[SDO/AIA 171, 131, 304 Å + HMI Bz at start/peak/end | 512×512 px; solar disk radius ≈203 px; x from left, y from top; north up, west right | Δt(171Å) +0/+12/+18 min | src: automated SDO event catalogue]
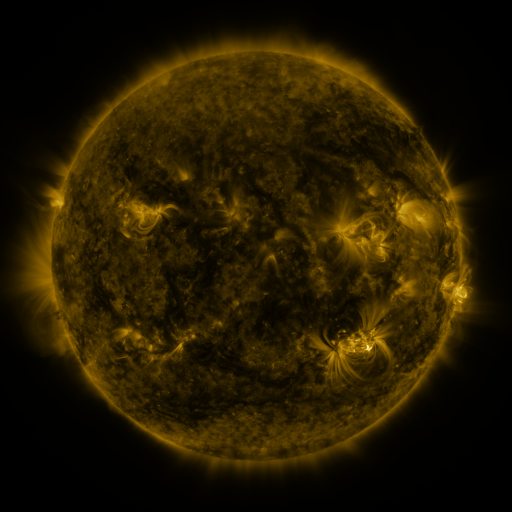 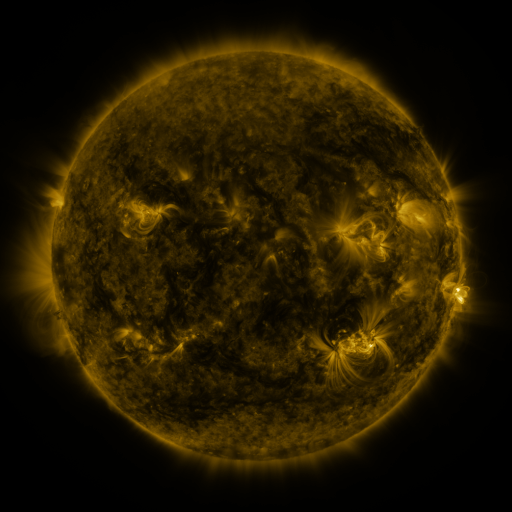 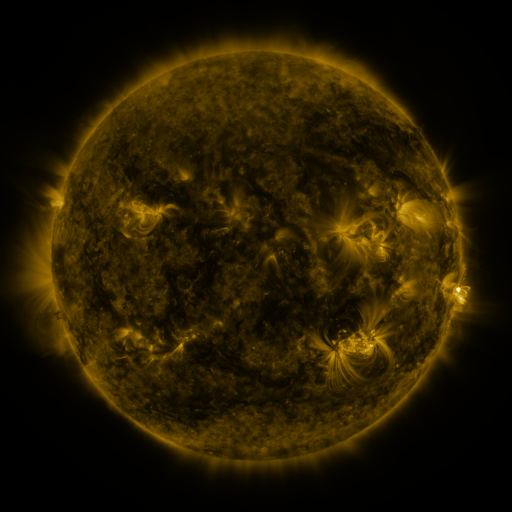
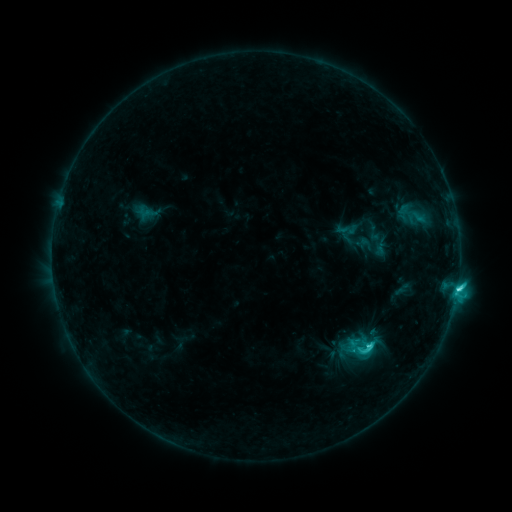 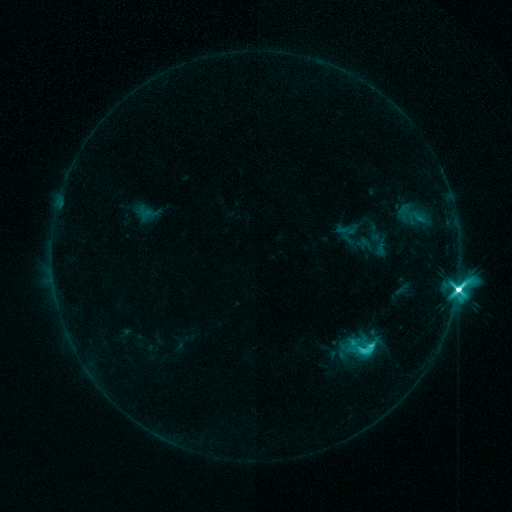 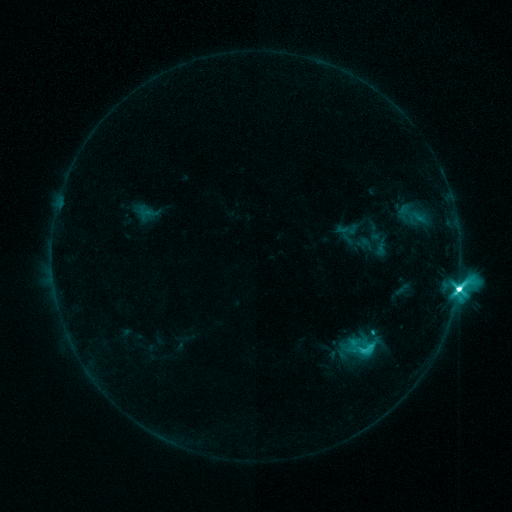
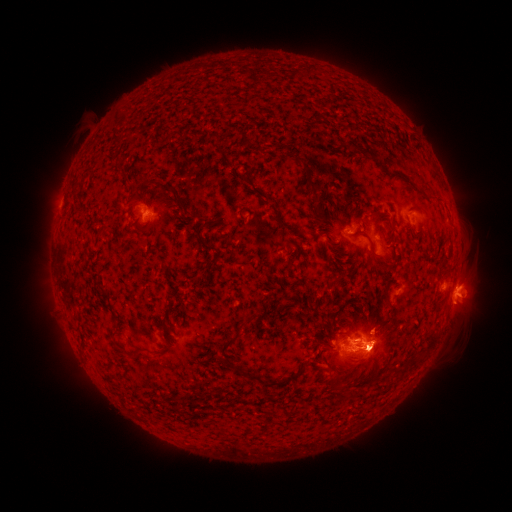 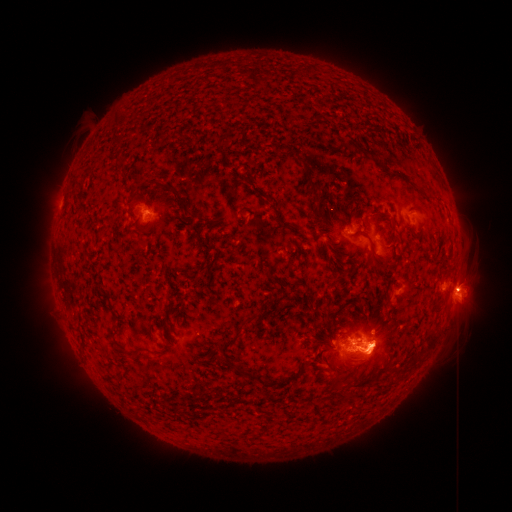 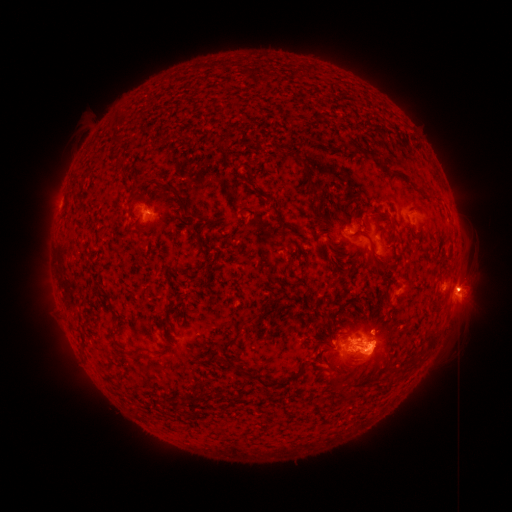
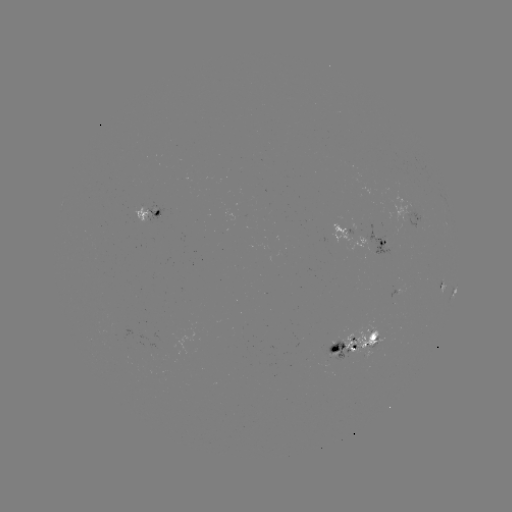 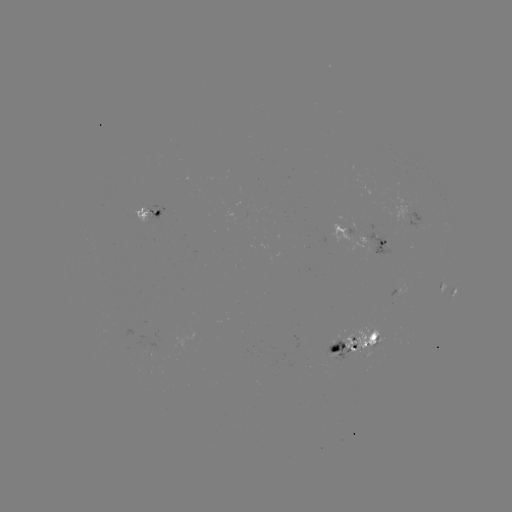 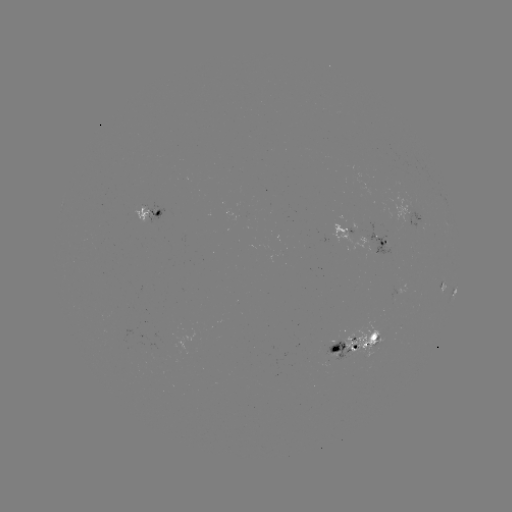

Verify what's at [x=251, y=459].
M2.9 flare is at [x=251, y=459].